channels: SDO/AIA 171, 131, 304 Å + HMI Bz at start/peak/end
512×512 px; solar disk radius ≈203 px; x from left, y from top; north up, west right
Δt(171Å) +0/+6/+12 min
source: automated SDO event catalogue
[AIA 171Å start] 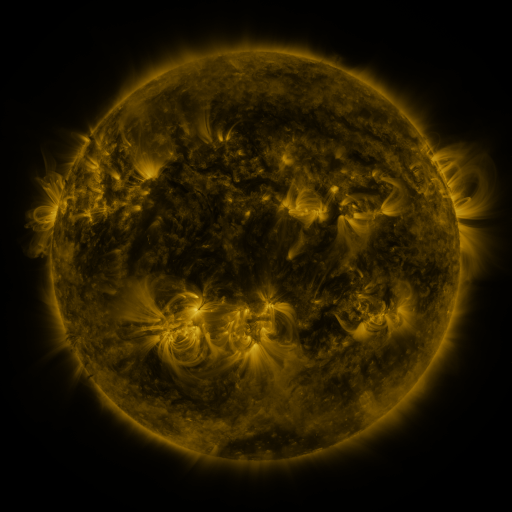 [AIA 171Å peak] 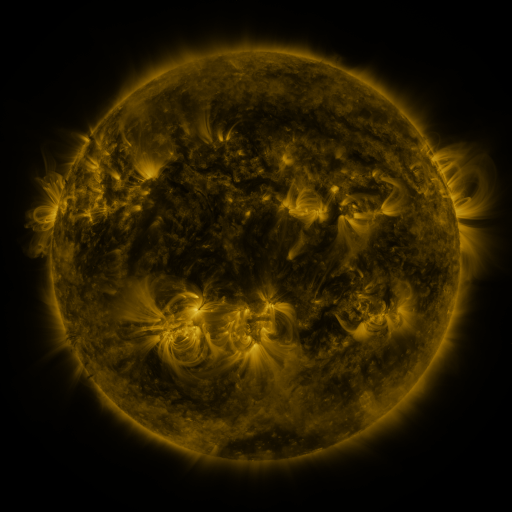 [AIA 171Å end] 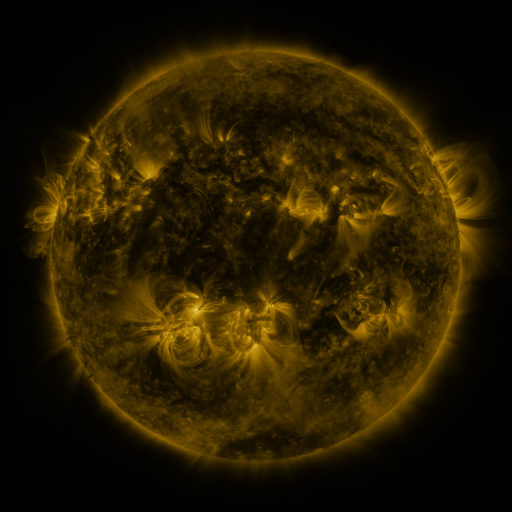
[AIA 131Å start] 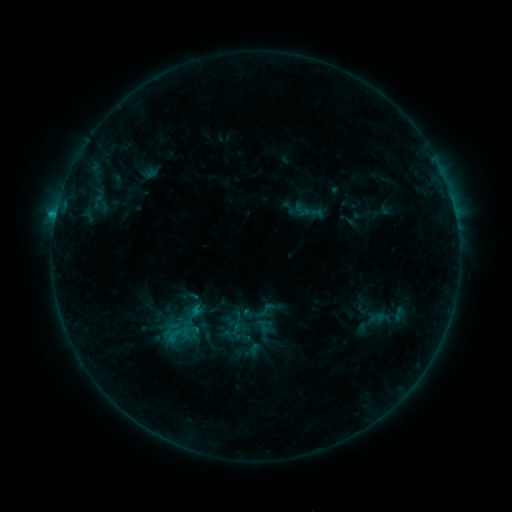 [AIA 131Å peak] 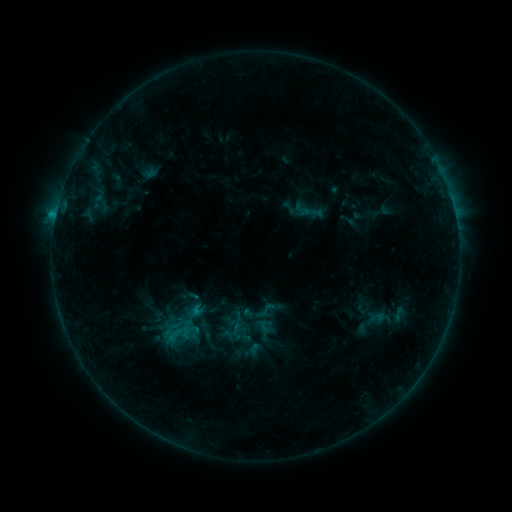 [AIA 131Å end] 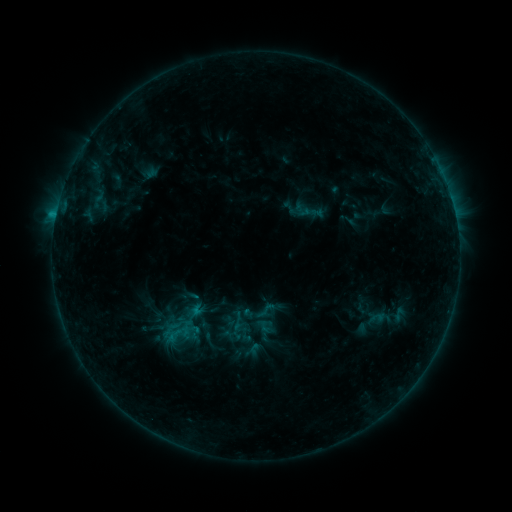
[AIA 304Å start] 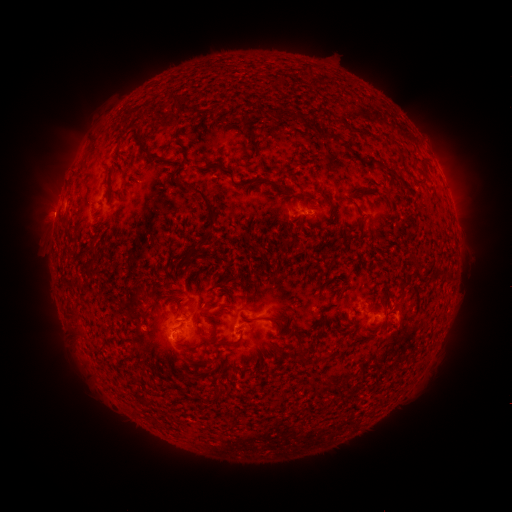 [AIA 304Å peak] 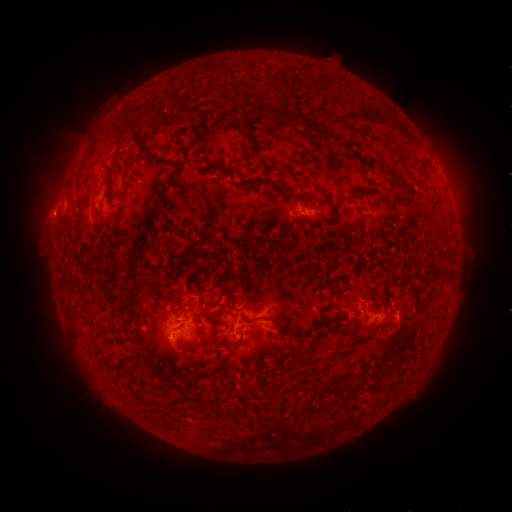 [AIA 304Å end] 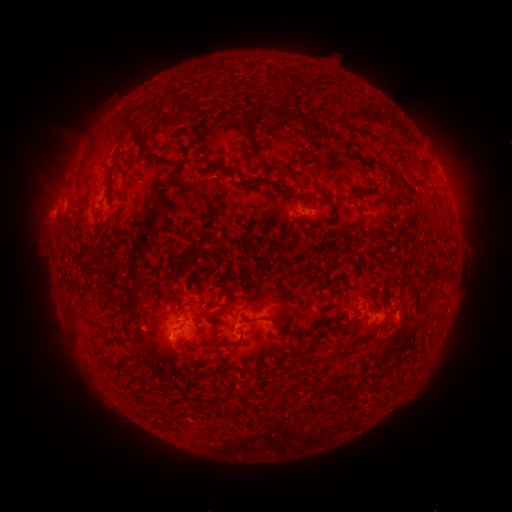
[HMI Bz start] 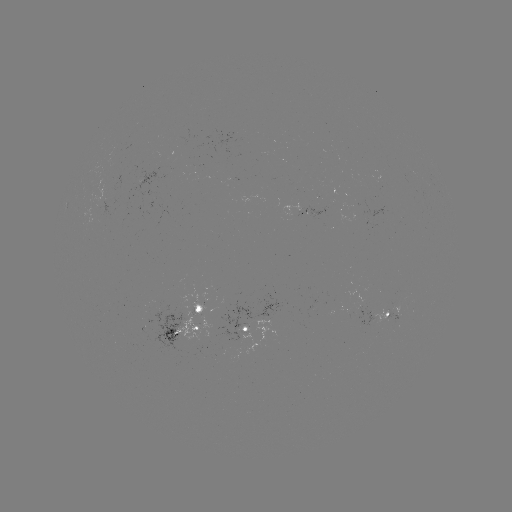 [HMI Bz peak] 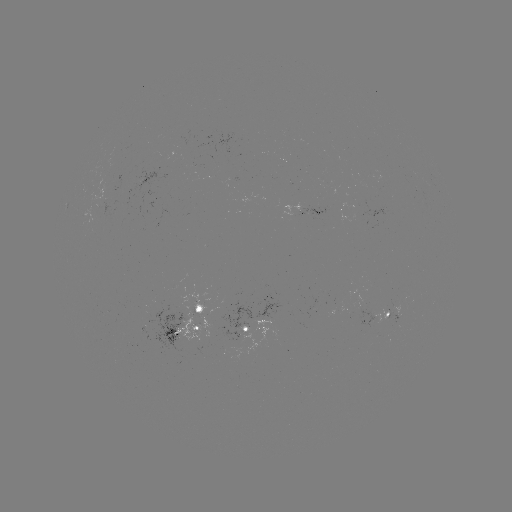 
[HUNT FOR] eruption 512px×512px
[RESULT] (49, 216)